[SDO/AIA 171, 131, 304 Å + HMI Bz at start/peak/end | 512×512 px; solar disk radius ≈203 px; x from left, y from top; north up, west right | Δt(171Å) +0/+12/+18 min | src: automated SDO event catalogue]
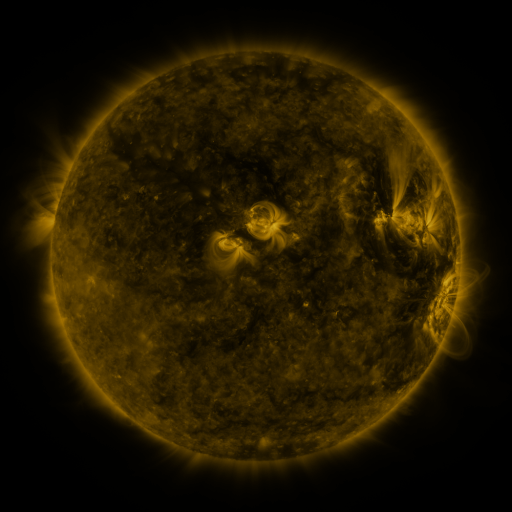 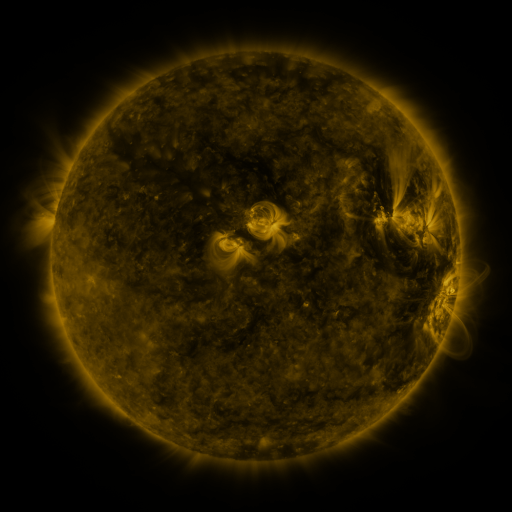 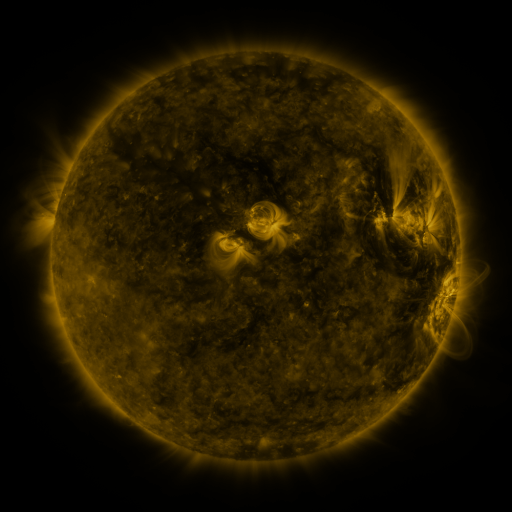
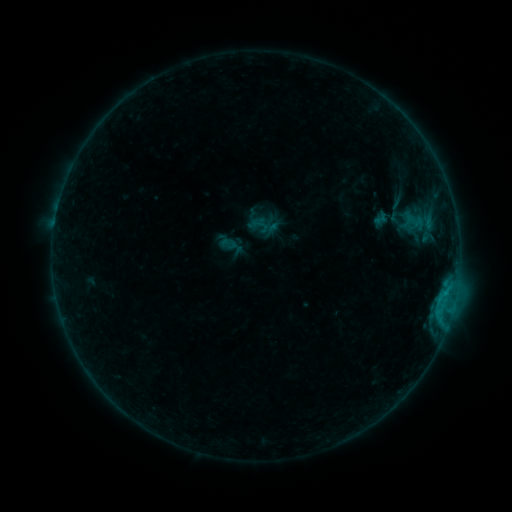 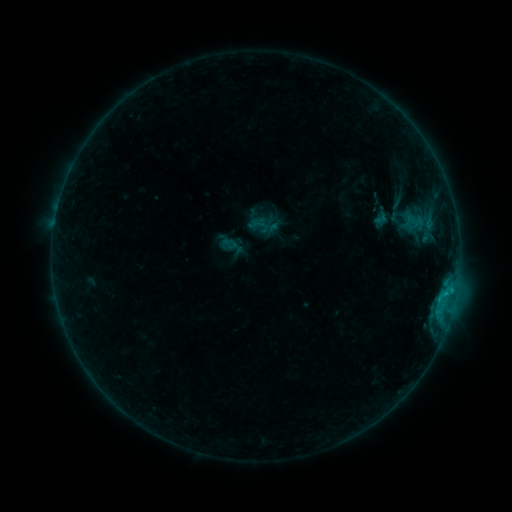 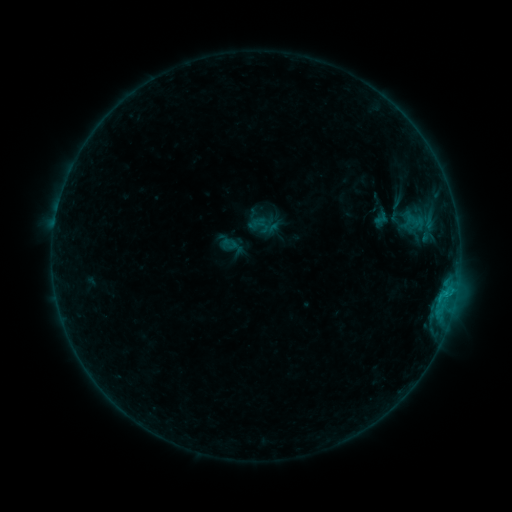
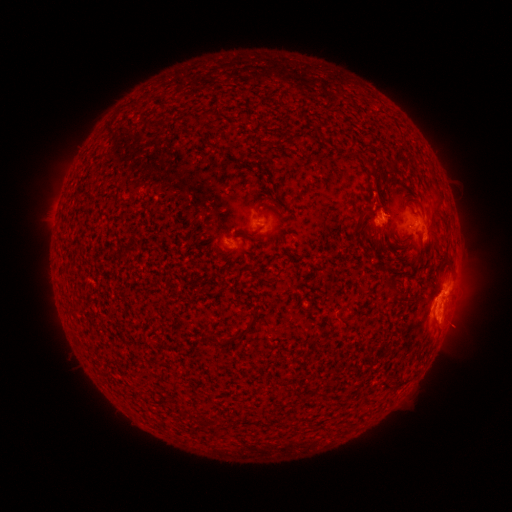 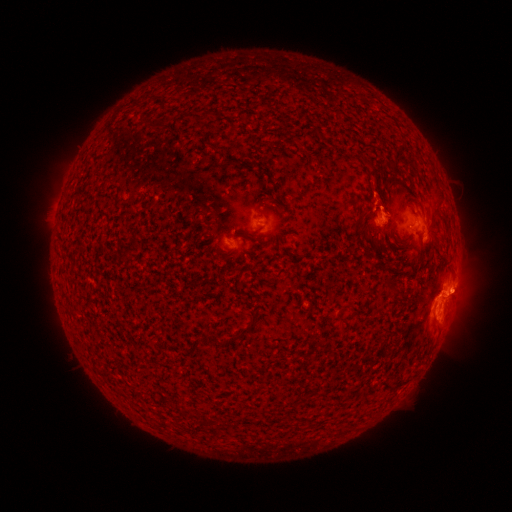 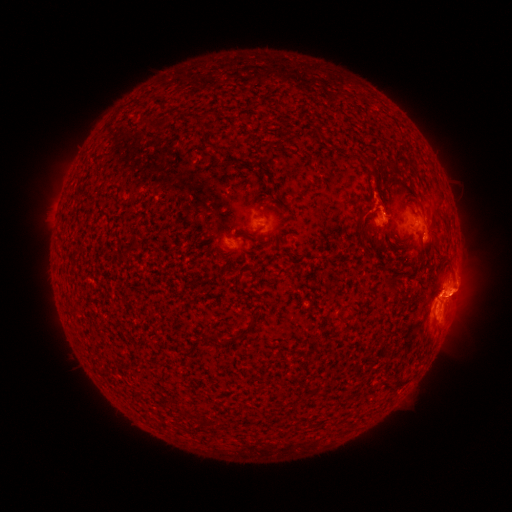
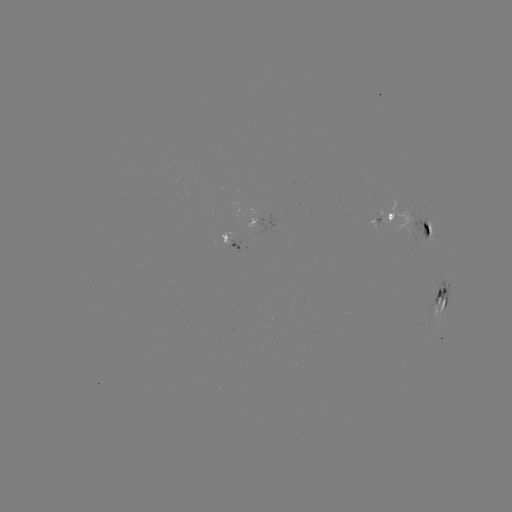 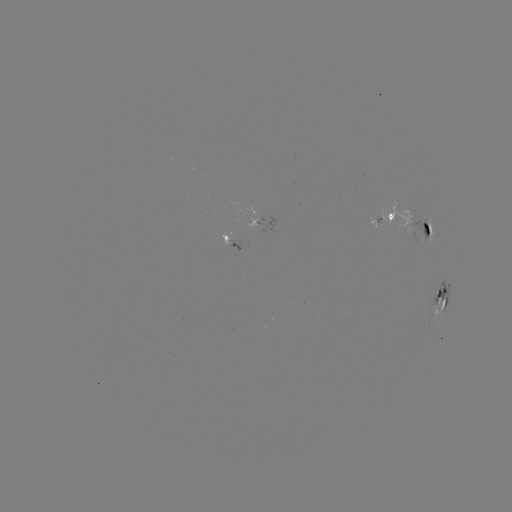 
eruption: <bbox>438, 264, 485, 317</bbox>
